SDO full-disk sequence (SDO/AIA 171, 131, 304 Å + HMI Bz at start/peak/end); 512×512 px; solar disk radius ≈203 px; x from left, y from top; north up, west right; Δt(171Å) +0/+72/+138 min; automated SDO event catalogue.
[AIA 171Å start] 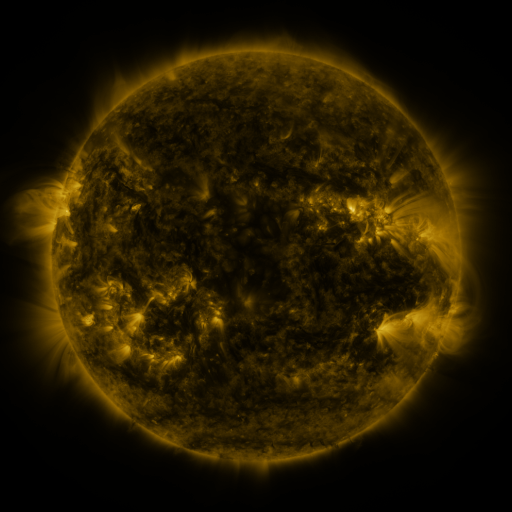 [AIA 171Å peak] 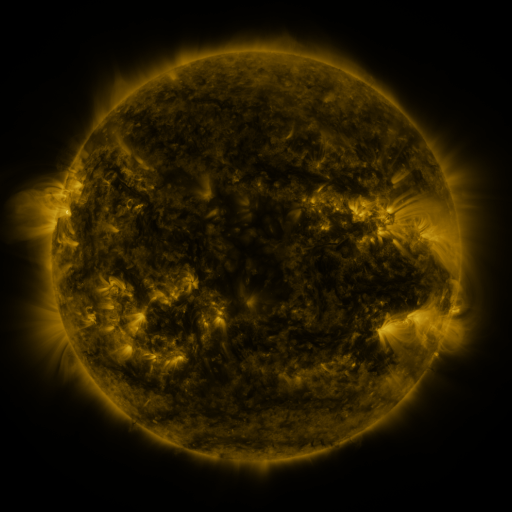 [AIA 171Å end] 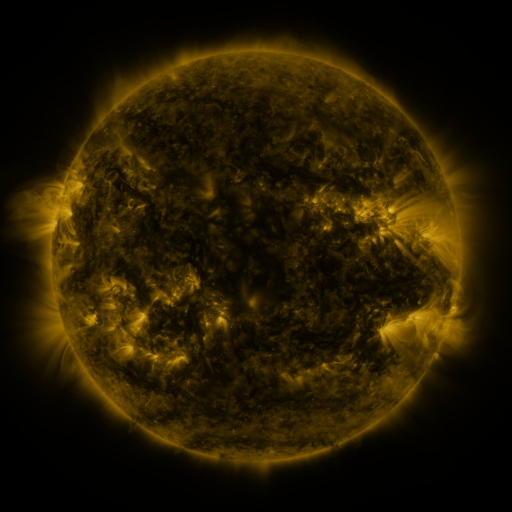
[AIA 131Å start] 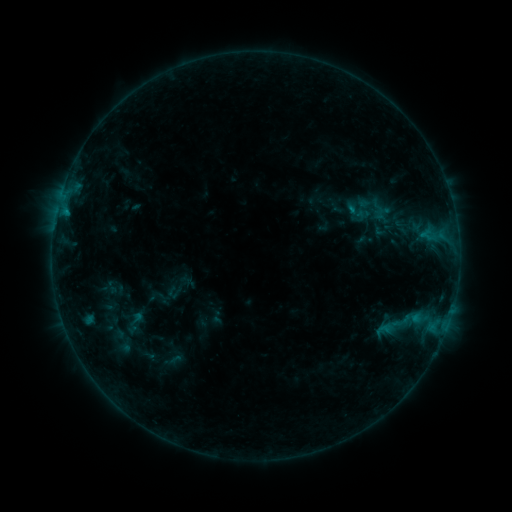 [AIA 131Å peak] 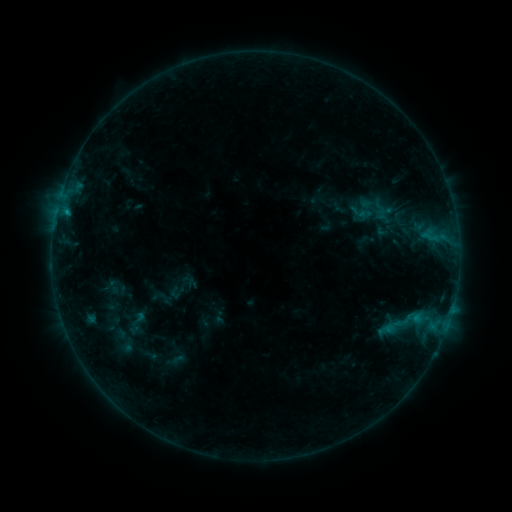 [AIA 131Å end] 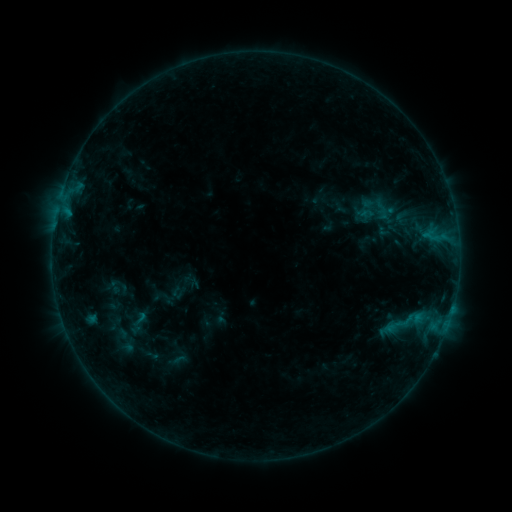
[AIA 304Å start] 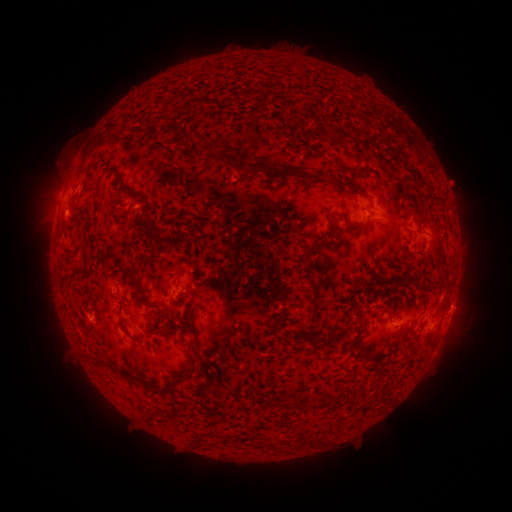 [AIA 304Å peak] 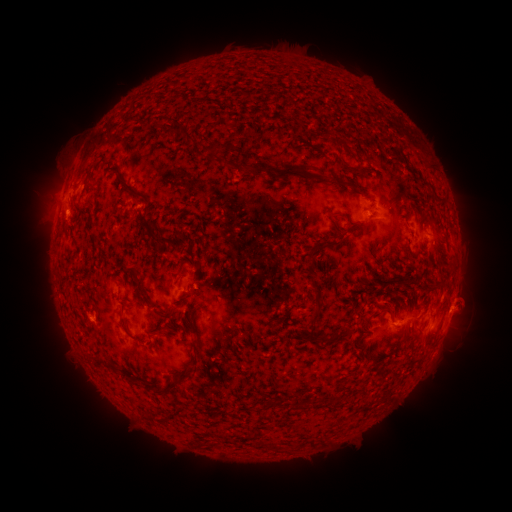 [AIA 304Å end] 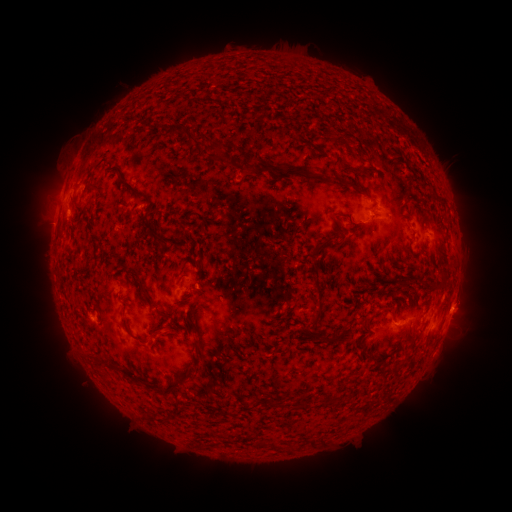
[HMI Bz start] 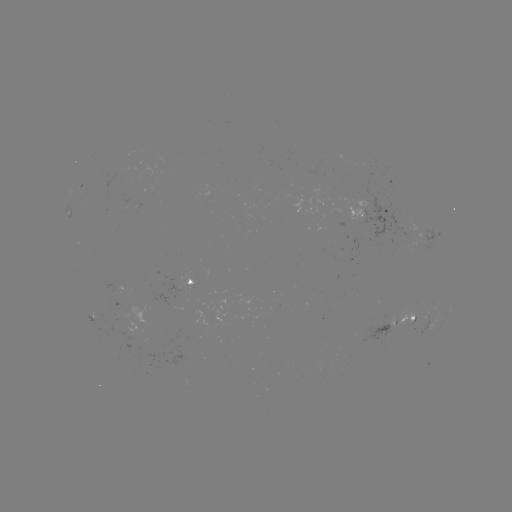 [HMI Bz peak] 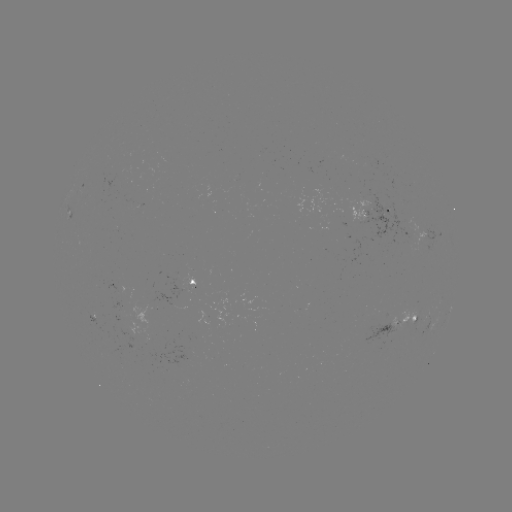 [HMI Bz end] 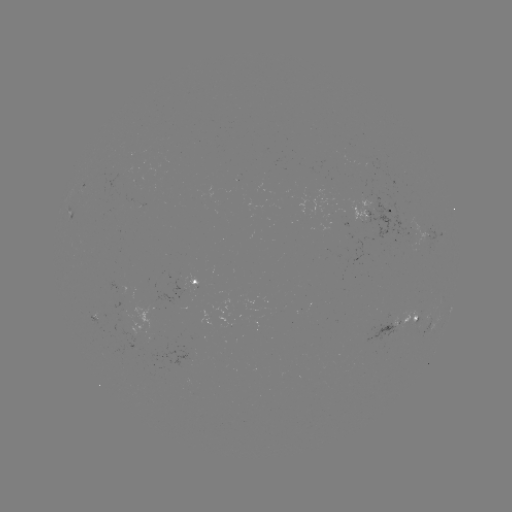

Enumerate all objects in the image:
filament eruption: (458, 306)
